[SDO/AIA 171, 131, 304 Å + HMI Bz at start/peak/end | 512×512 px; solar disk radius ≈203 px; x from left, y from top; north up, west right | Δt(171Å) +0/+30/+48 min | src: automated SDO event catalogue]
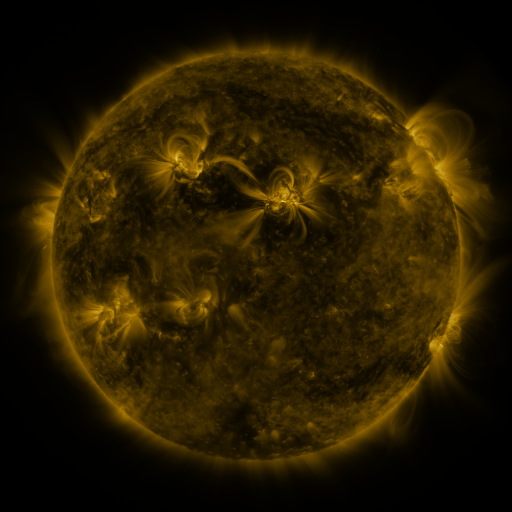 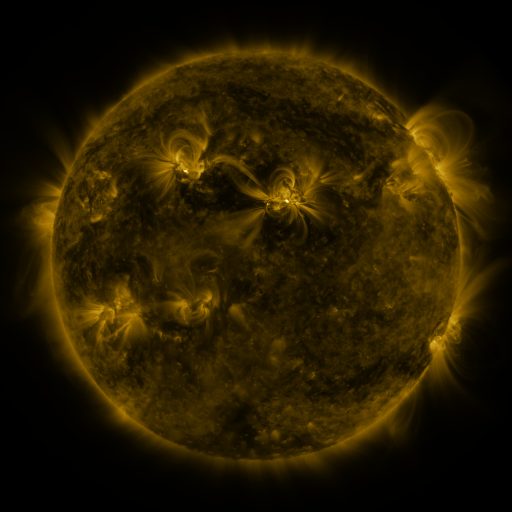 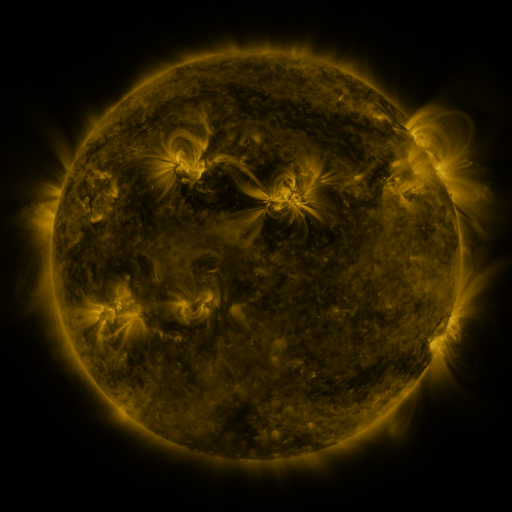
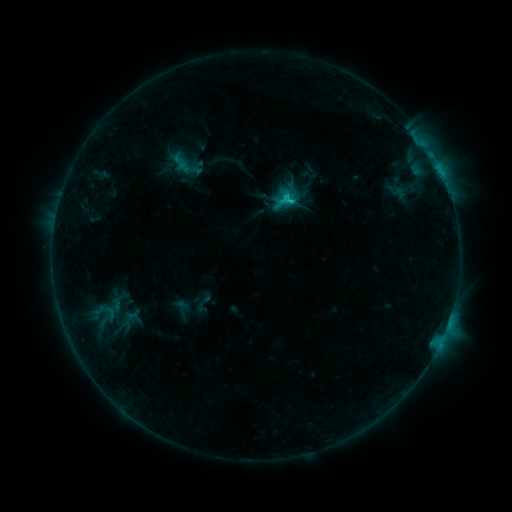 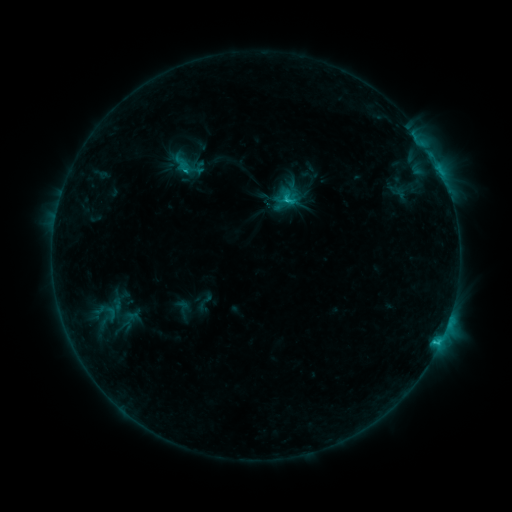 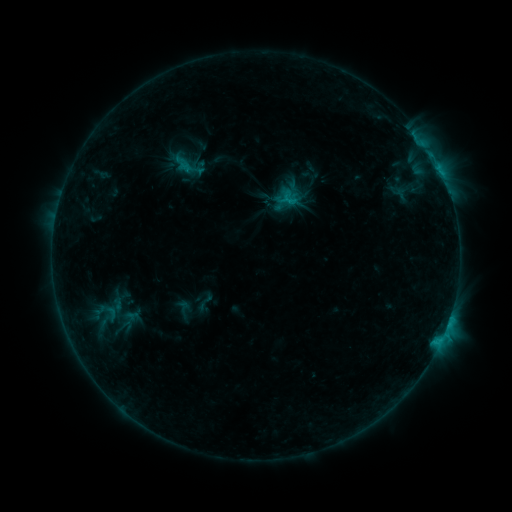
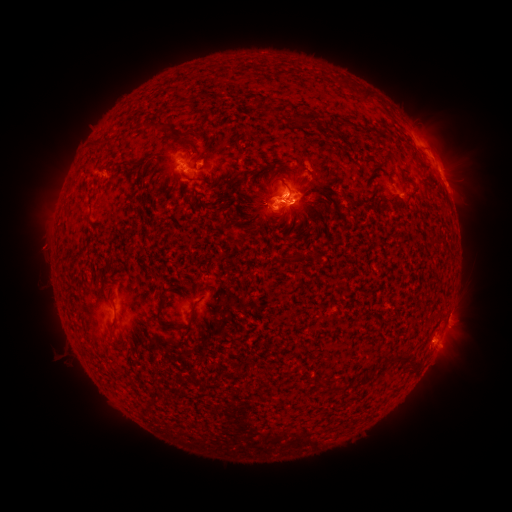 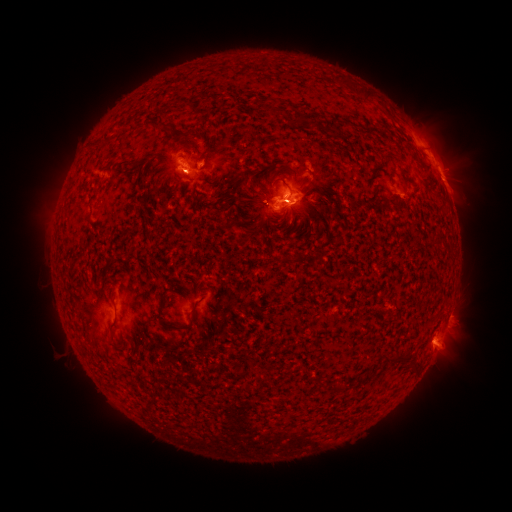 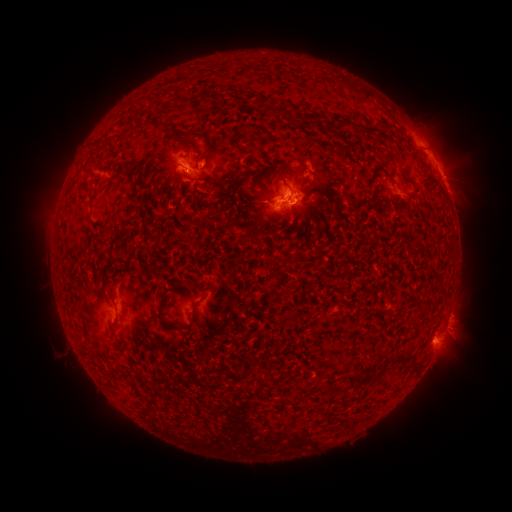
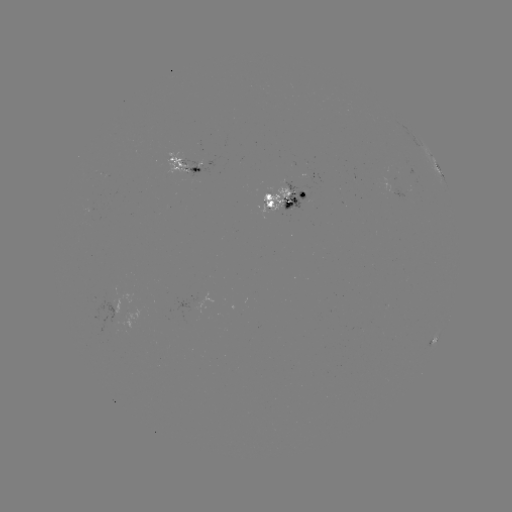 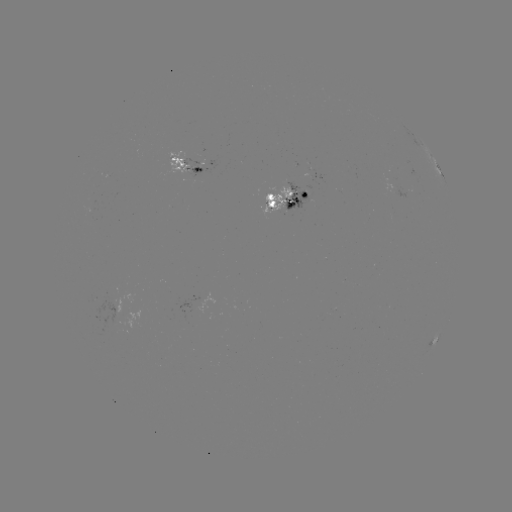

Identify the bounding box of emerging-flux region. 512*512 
[169, 152, 195, 173].